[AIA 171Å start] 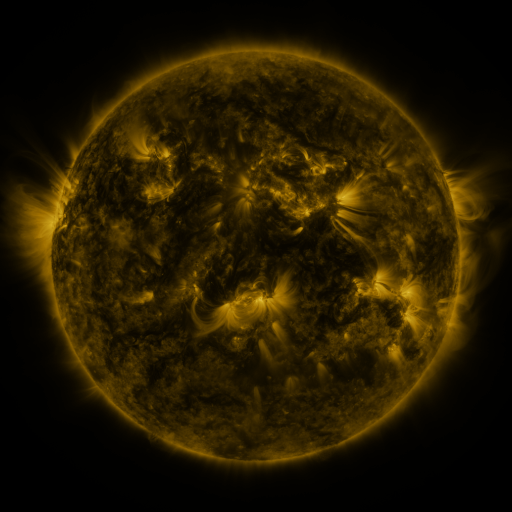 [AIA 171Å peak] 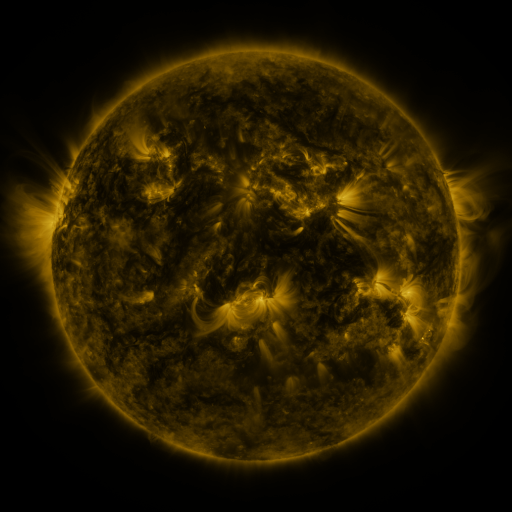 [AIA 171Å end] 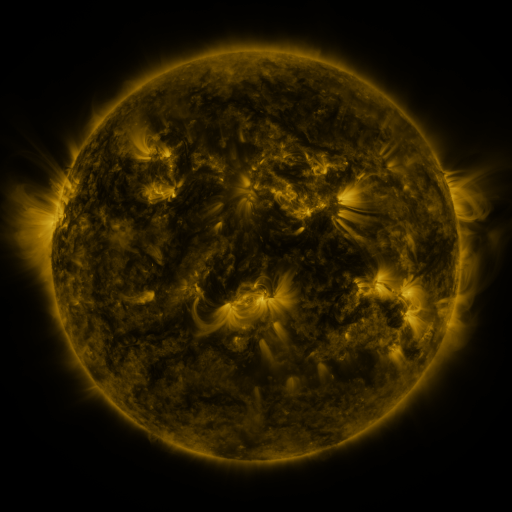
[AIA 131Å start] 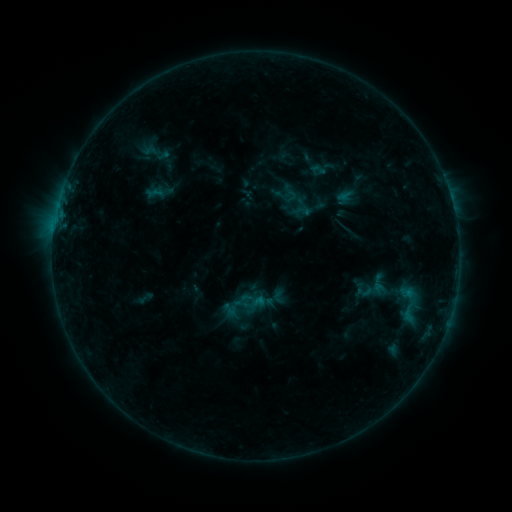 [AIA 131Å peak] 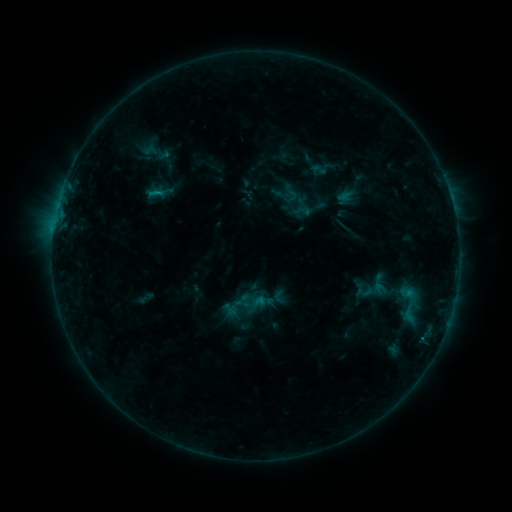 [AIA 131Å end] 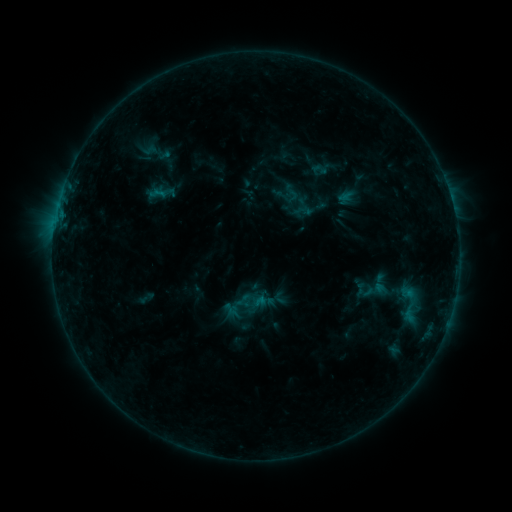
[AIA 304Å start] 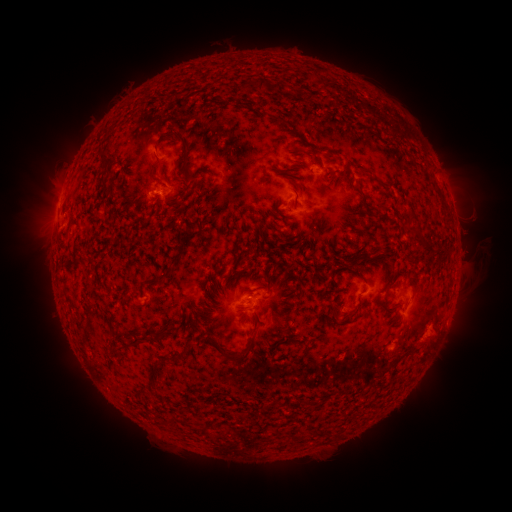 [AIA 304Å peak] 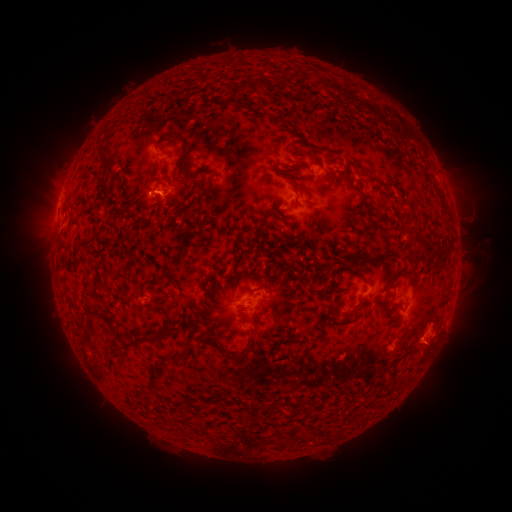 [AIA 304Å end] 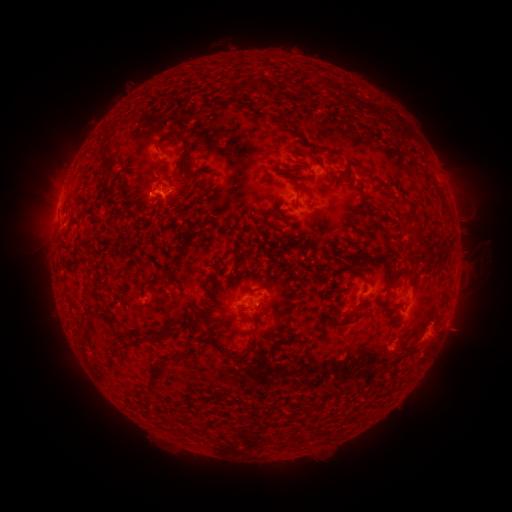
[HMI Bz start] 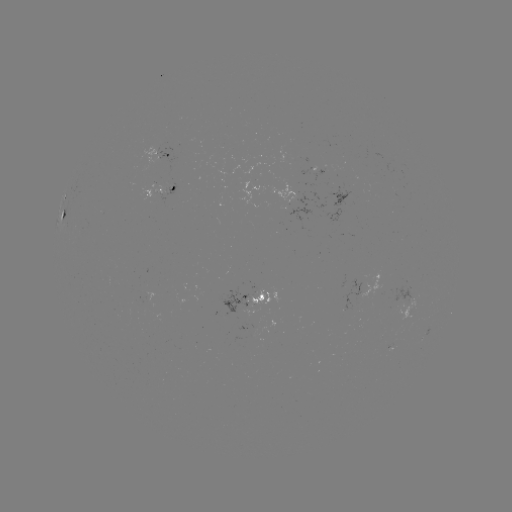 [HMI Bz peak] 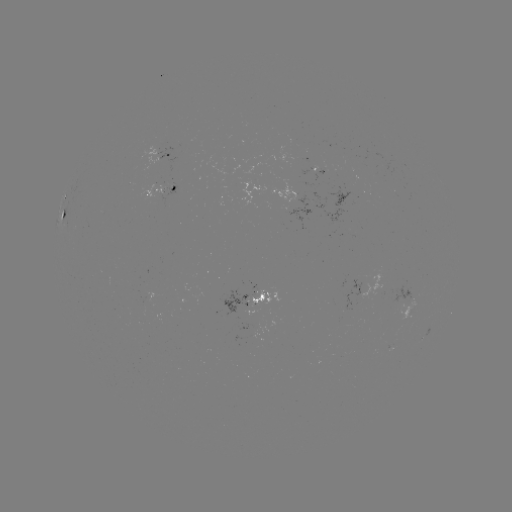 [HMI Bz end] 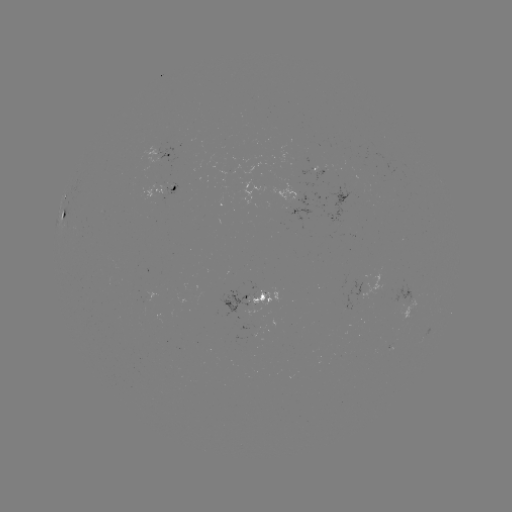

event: flare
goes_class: B6.7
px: (158, 195)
